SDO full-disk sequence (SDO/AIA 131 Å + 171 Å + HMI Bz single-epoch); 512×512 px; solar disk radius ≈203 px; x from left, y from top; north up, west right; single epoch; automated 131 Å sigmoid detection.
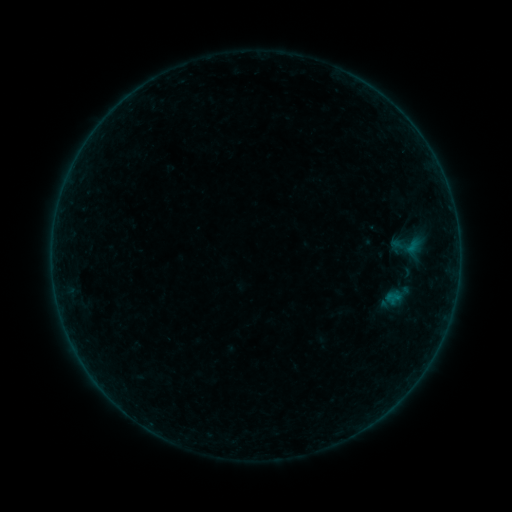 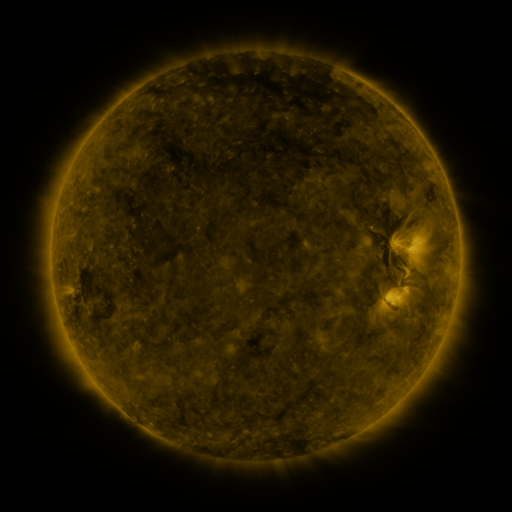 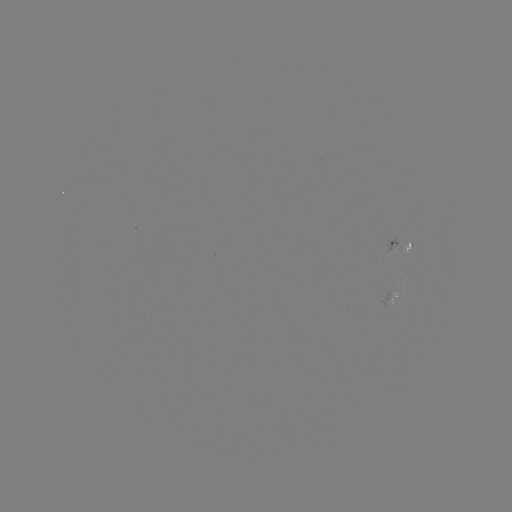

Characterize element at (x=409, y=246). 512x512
sigmoid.